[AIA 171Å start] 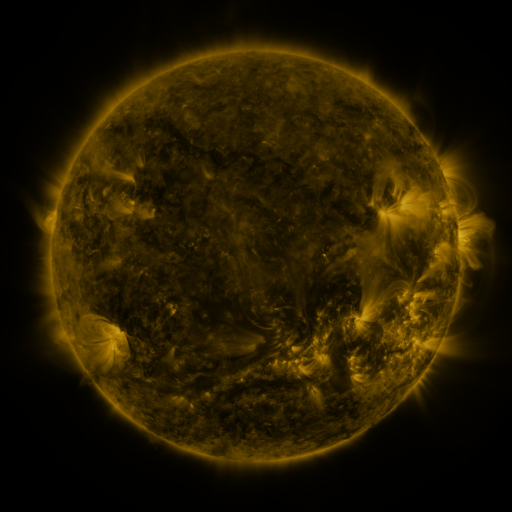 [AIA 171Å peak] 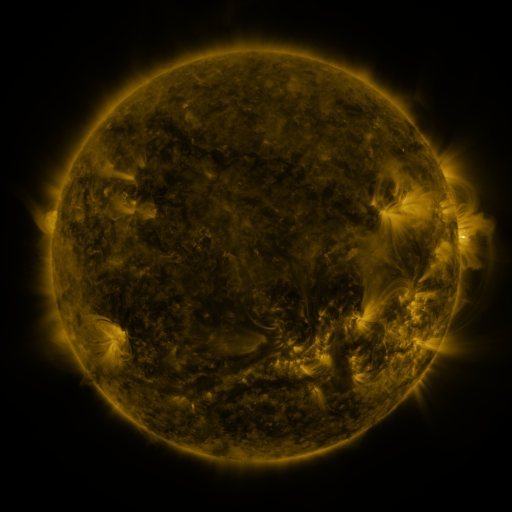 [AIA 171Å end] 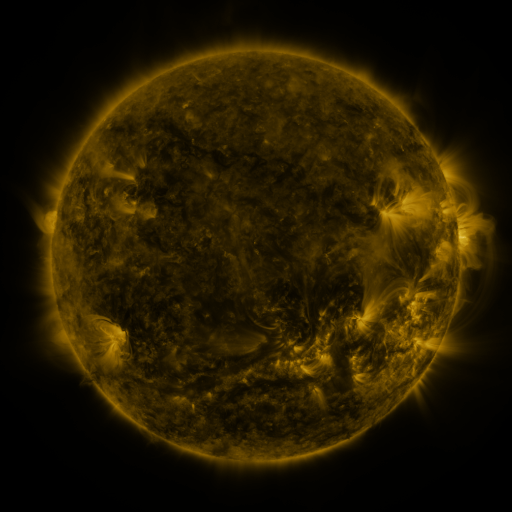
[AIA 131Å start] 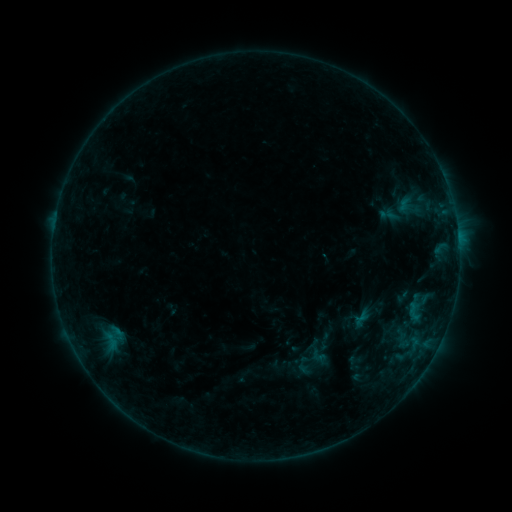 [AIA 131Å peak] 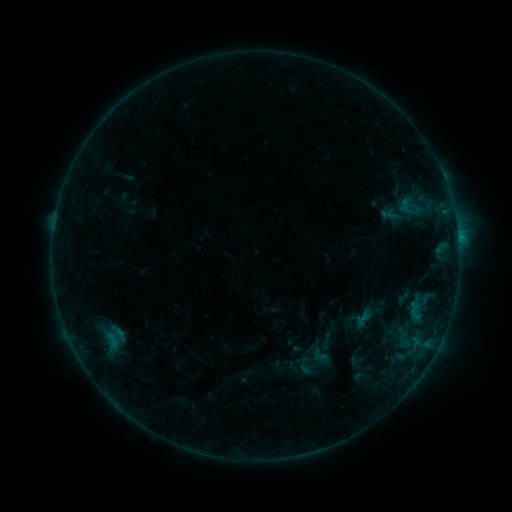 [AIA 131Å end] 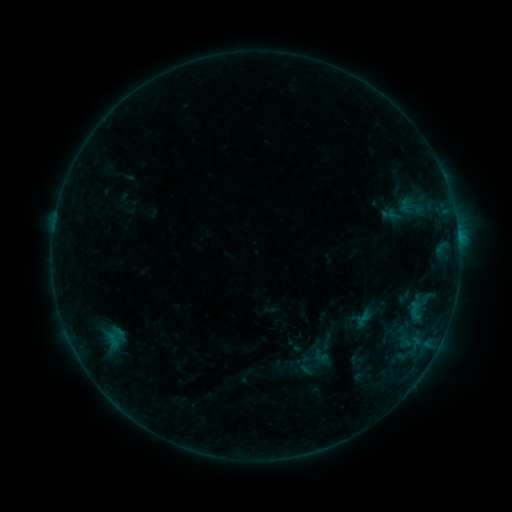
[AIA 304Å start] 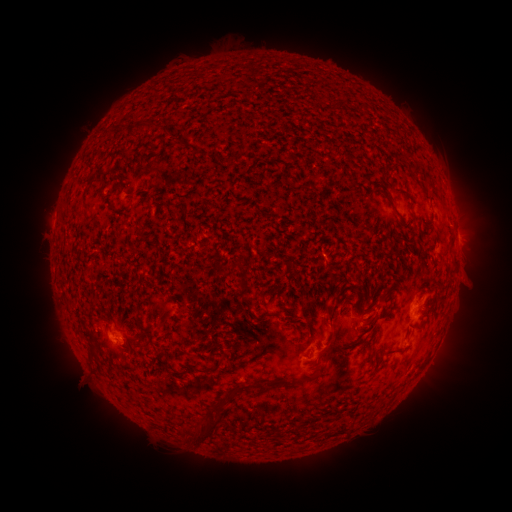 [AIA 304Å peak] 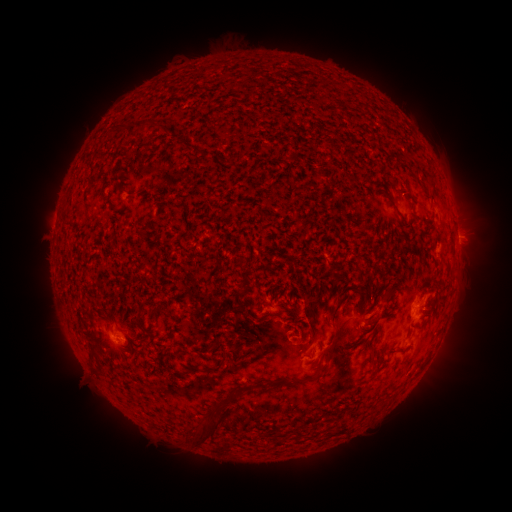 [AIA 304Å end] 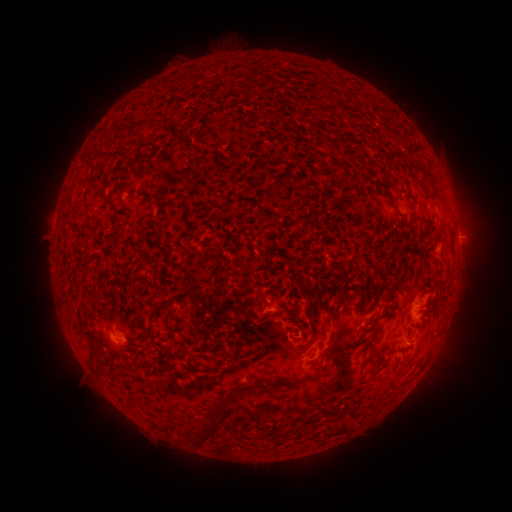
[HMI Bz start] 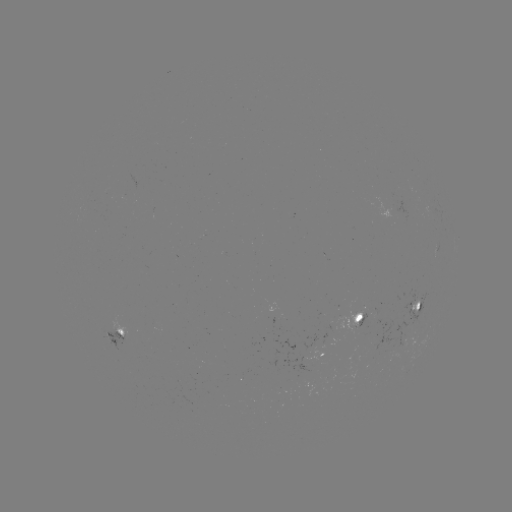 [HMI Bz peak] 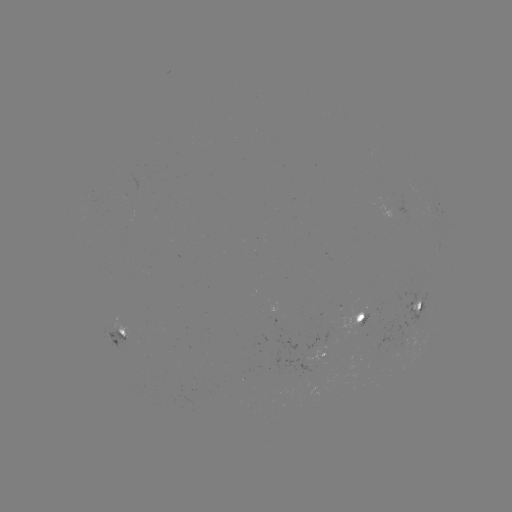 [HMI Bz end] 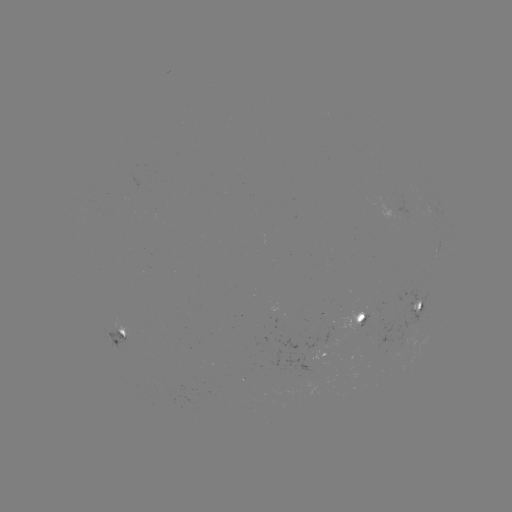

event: emerging-flux region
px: (310, 355)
